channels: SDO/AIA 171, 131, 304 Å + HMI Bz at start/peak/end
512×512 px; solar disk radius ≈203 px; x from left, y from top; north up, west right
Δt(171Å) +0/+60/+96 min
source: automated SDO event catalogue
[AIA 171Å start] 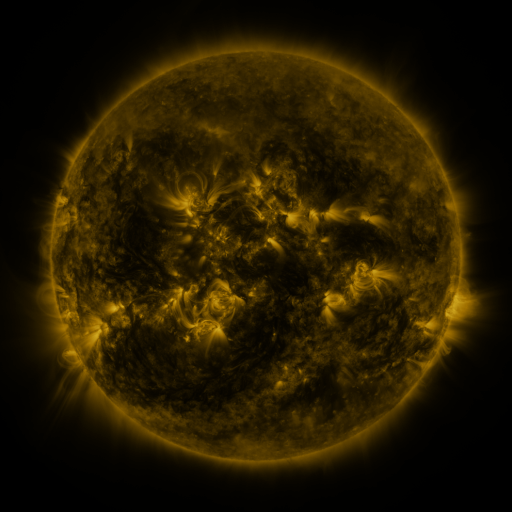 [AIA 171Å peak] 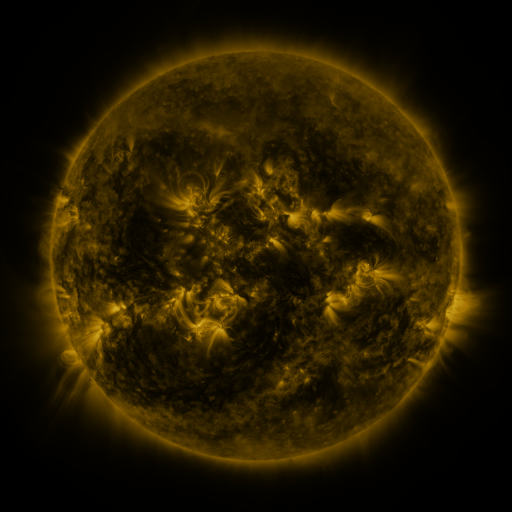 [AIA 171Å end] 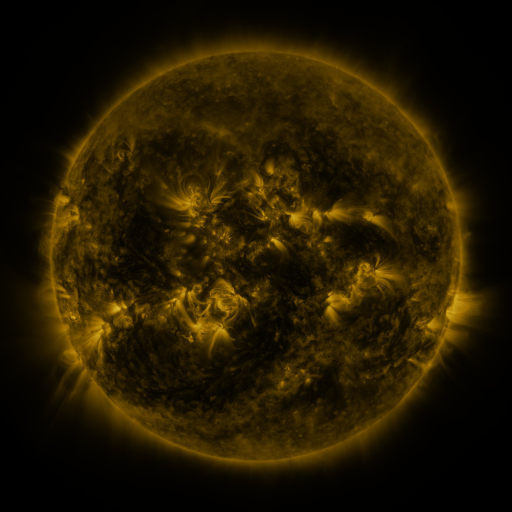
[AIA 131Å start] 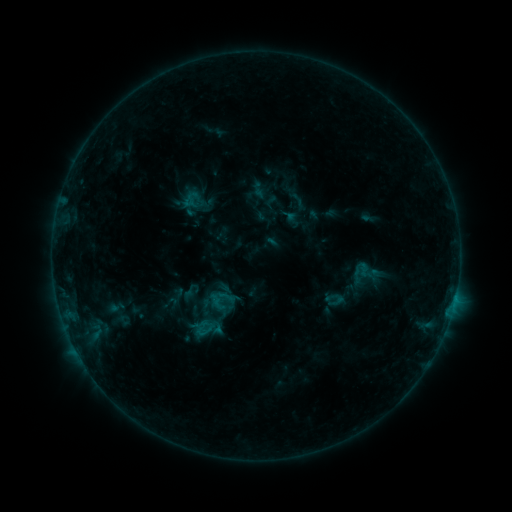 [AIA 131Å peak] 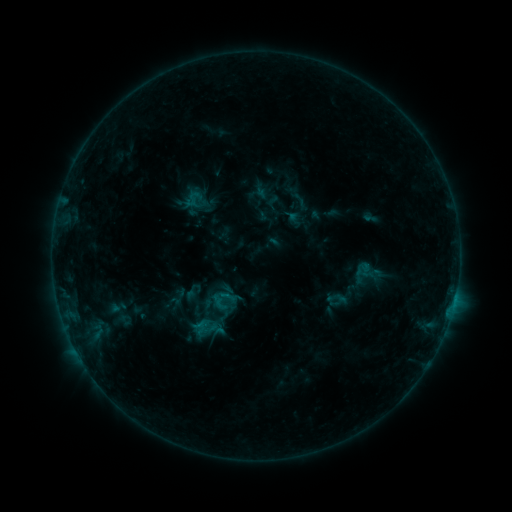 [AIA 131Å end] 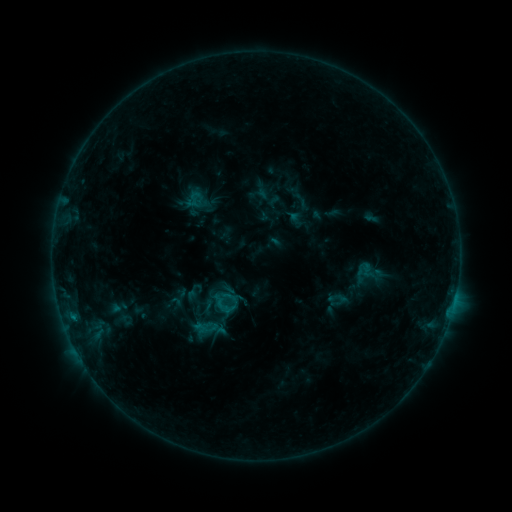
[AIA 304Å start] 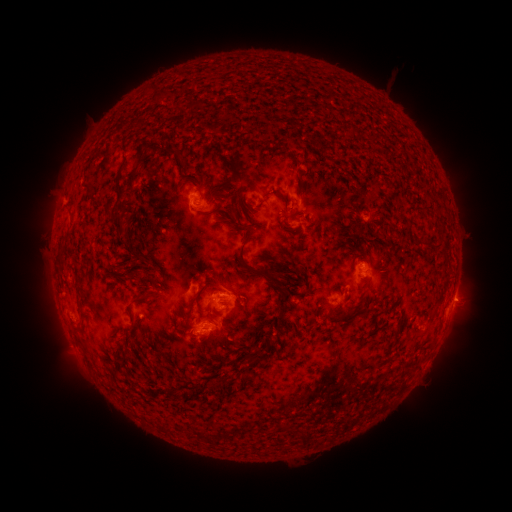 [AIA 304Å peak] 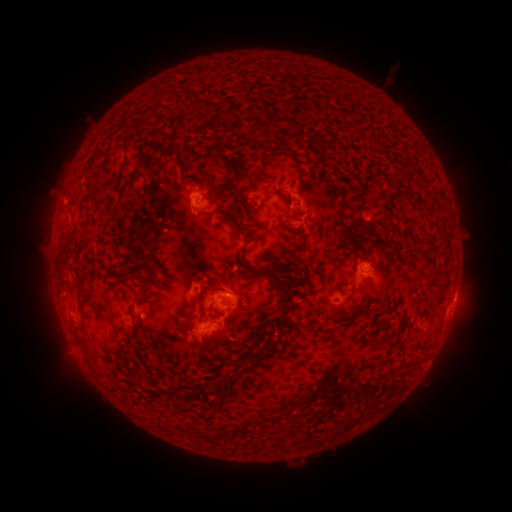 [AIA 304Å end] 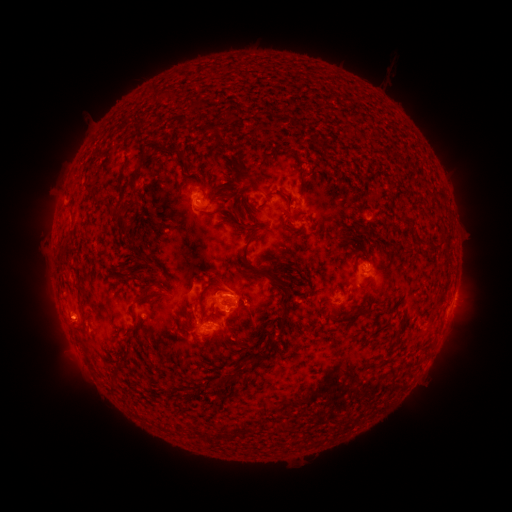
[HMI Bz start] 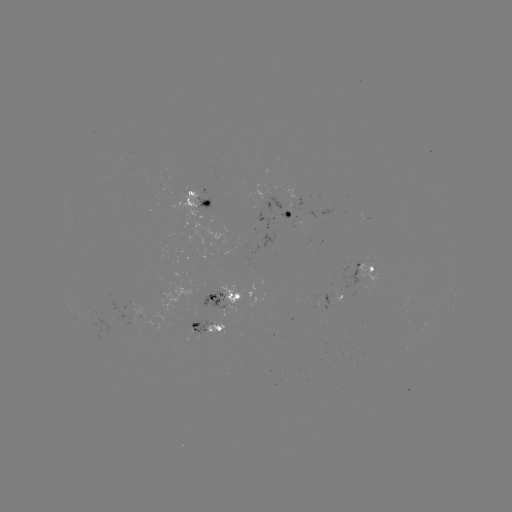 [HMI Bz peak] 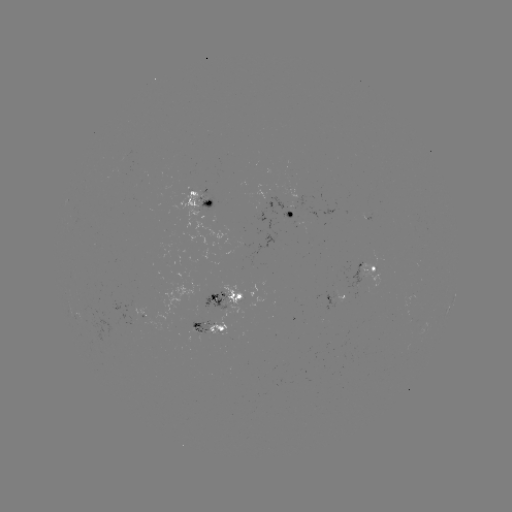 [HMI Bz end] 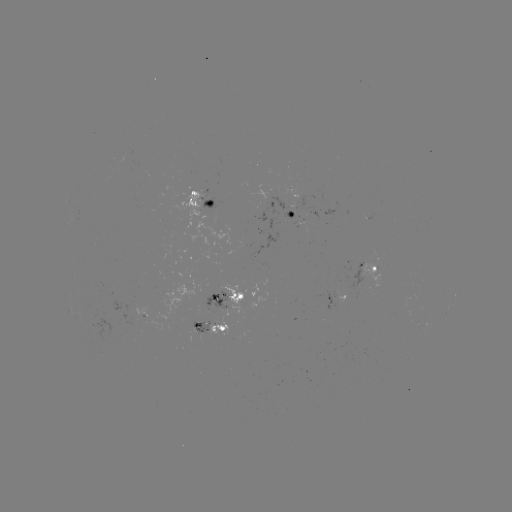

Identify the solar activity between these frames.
emerging-flux region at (240, 247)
